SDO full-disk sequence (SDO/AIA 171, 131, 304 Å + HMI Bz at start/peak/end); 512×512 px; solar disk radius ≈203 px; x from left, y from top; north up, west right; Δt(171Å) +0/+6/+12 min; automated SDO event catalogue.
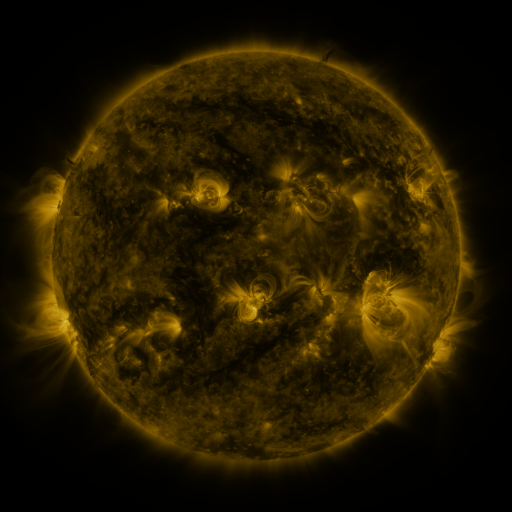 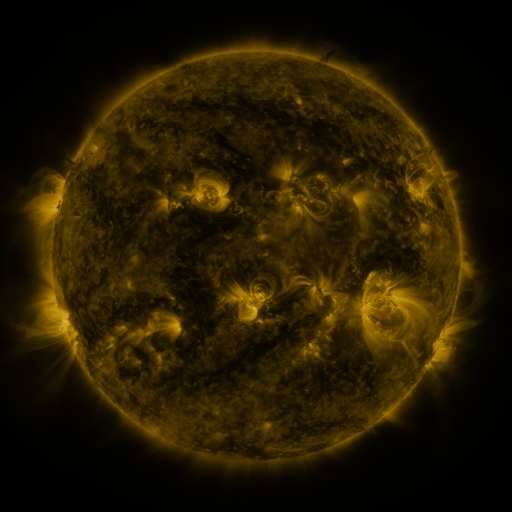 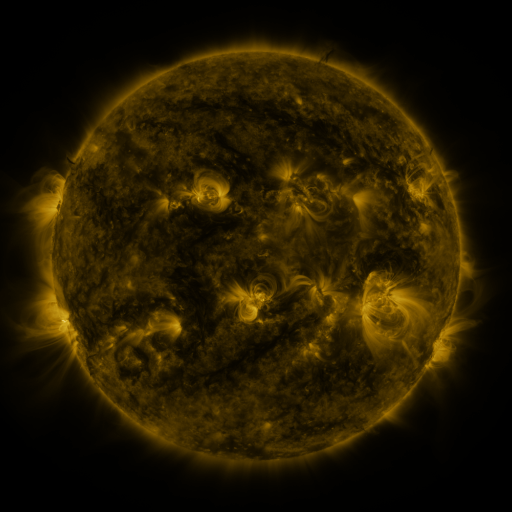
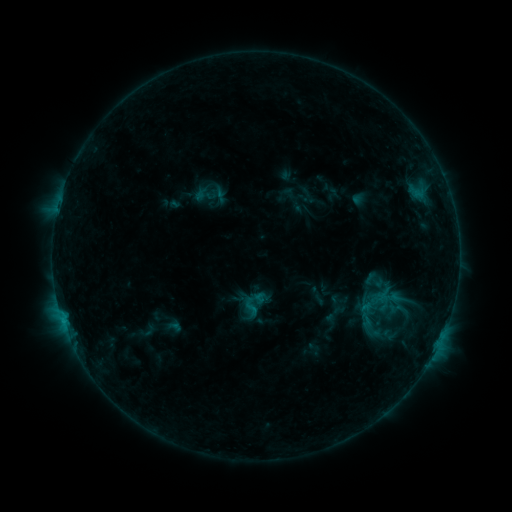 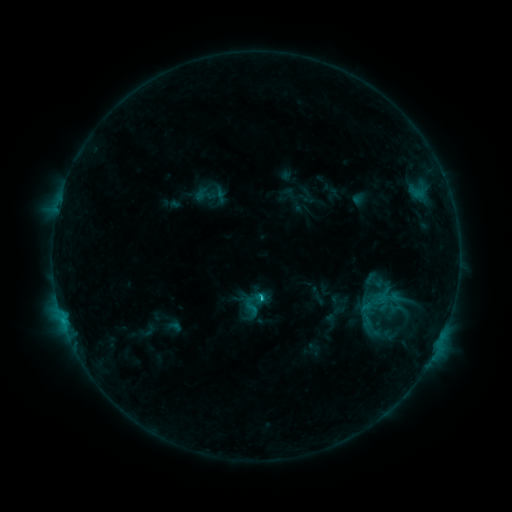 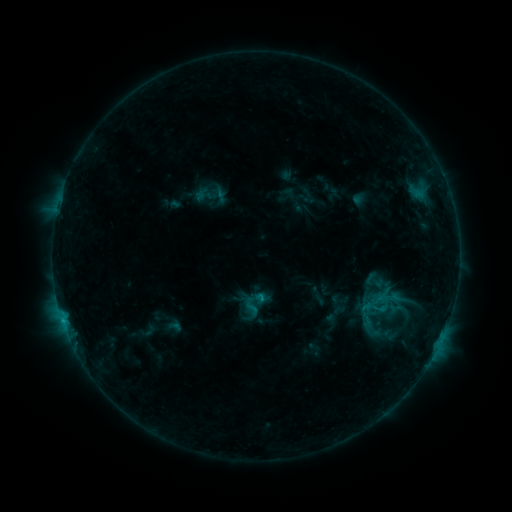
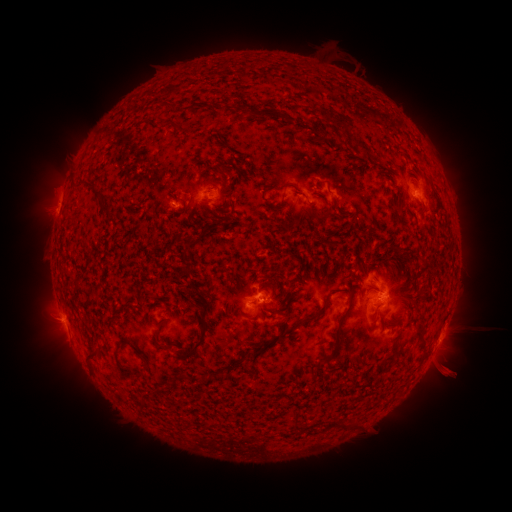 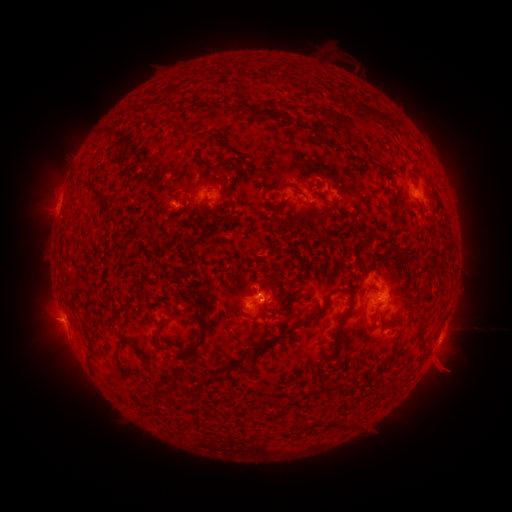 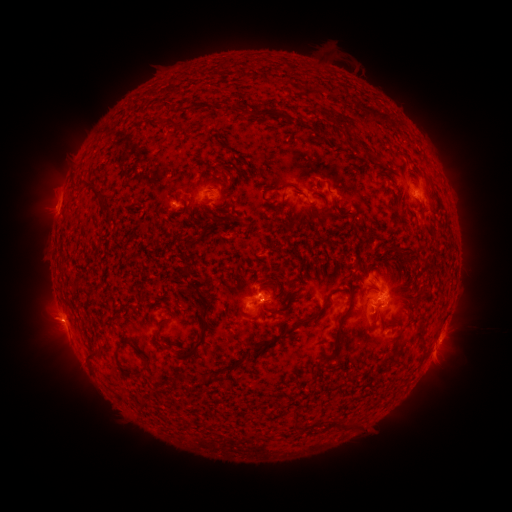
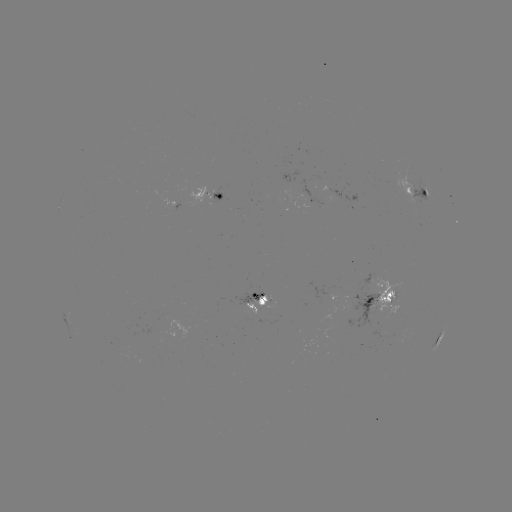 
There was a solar flare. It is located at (259, 295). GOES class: B9.5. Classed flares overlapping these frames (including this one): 1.